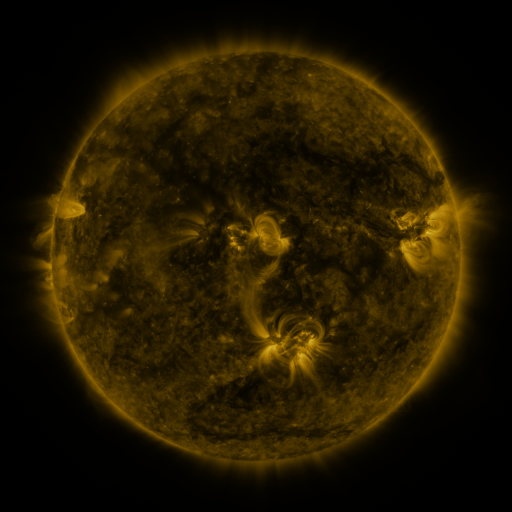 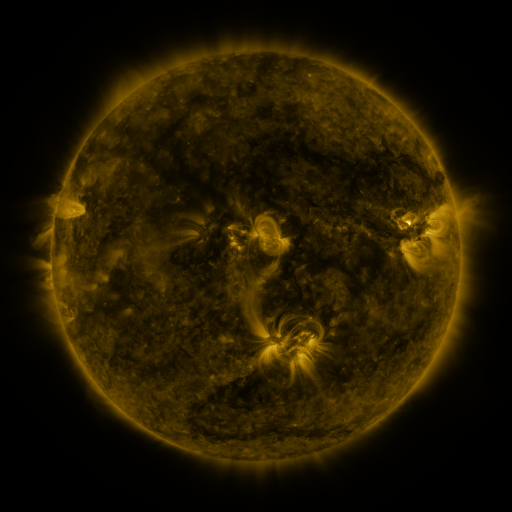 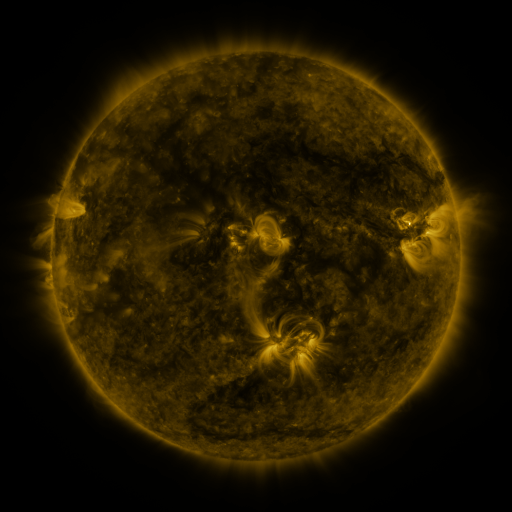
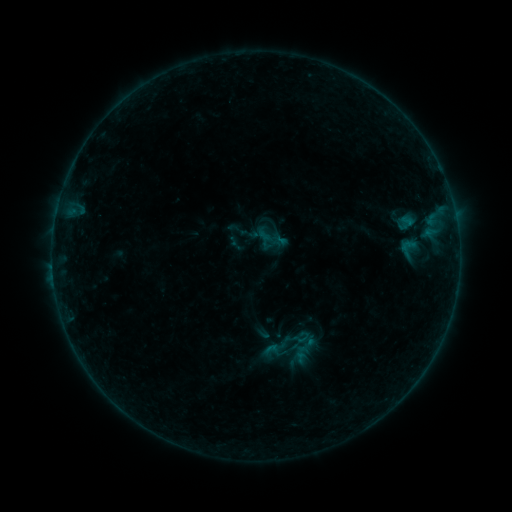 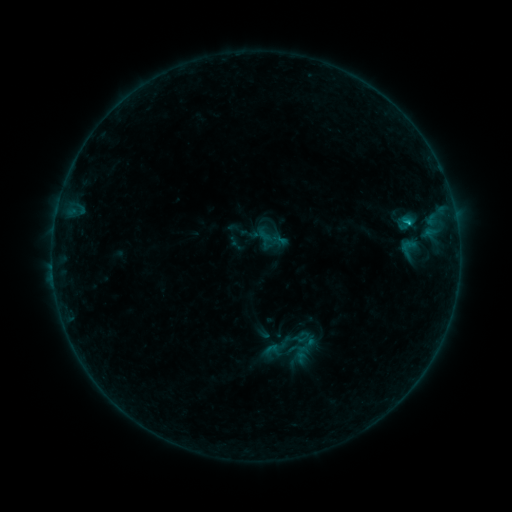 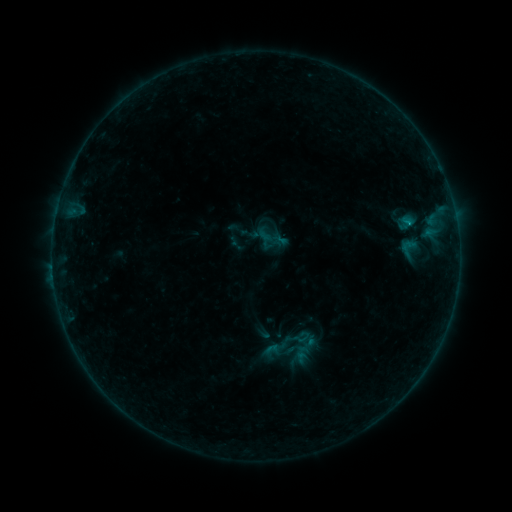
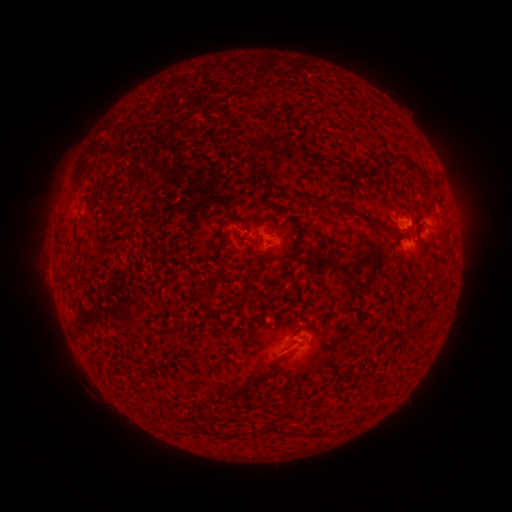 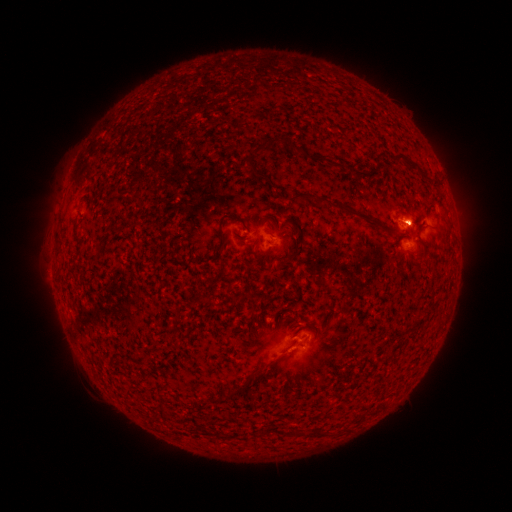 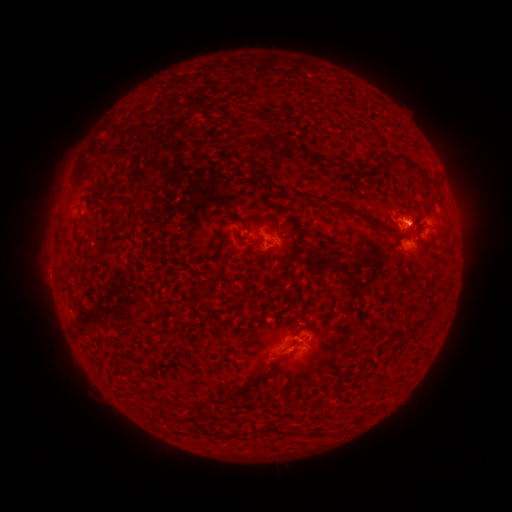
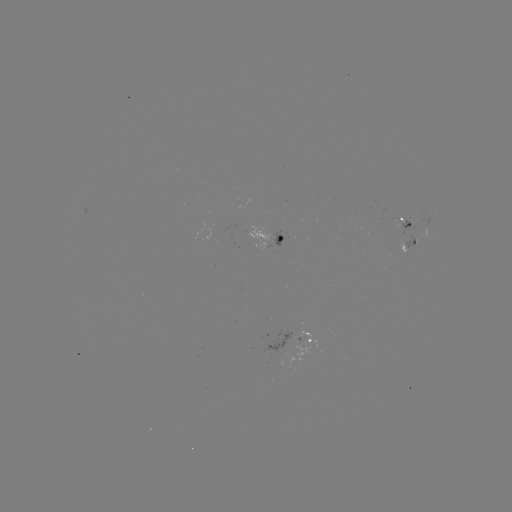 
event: flare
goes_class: C1.0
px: (408, 226)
